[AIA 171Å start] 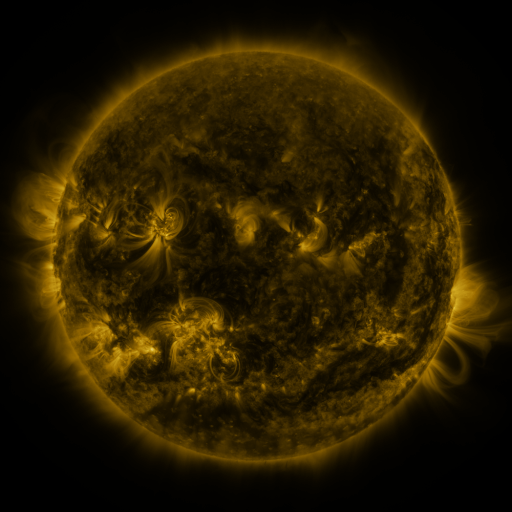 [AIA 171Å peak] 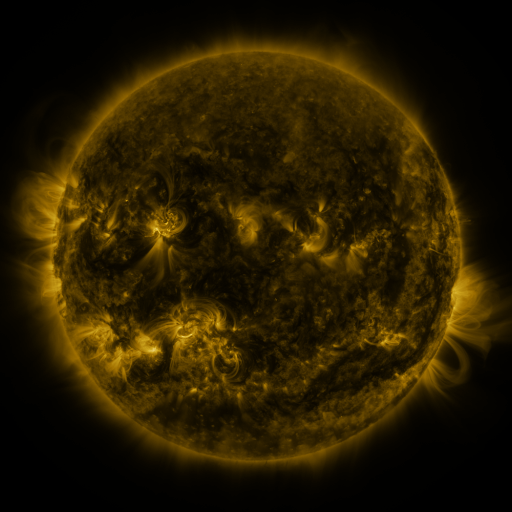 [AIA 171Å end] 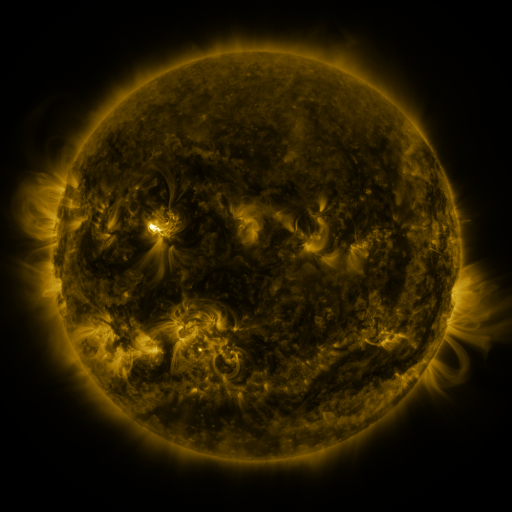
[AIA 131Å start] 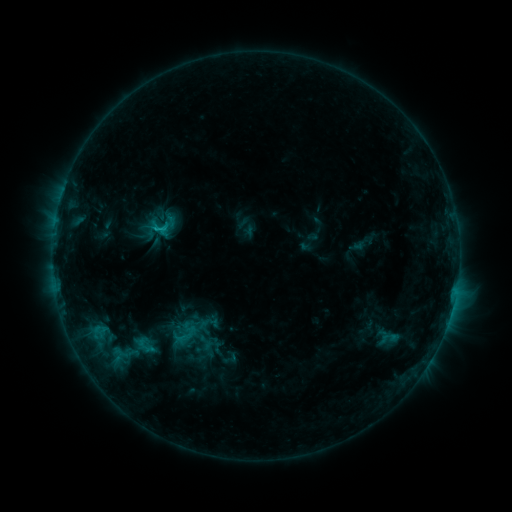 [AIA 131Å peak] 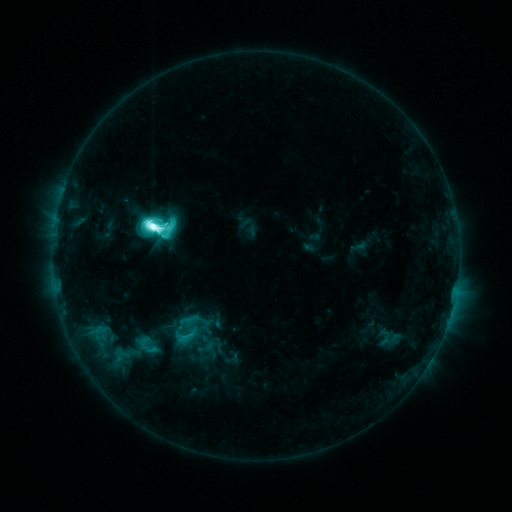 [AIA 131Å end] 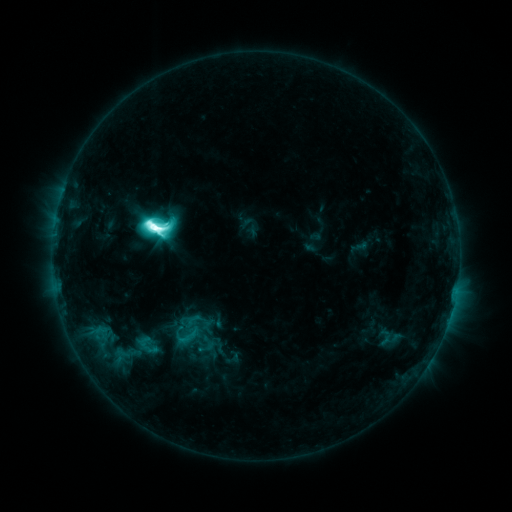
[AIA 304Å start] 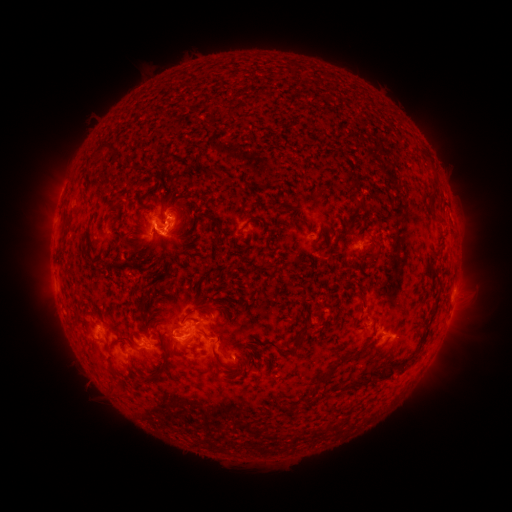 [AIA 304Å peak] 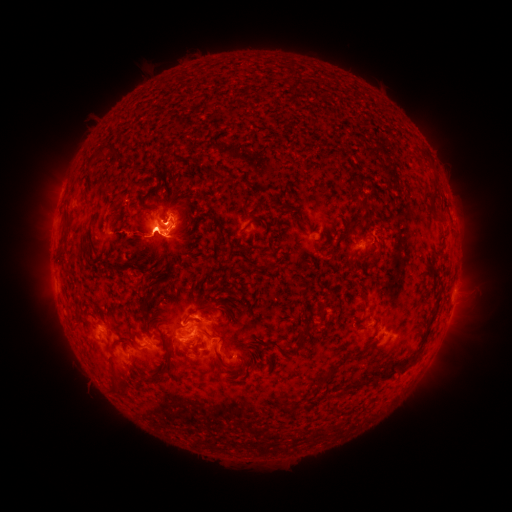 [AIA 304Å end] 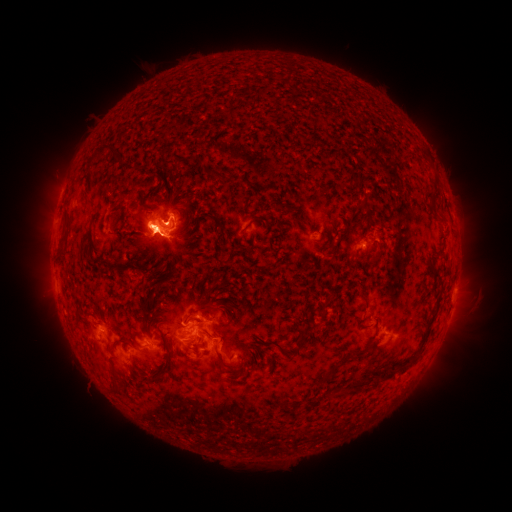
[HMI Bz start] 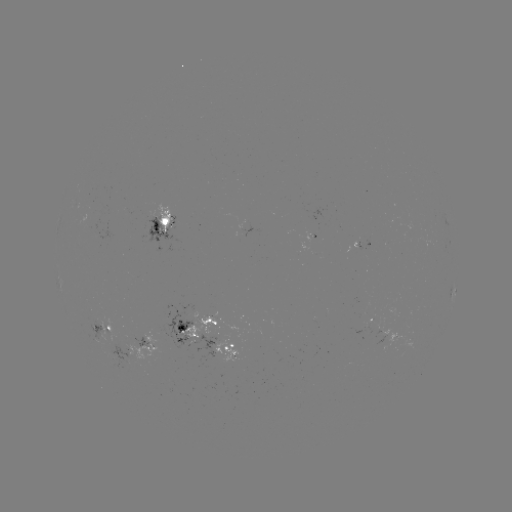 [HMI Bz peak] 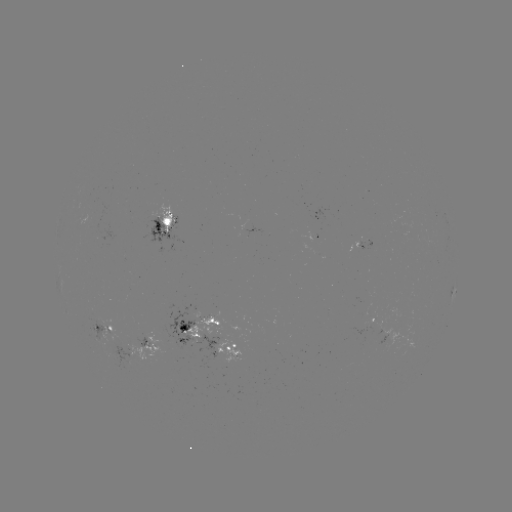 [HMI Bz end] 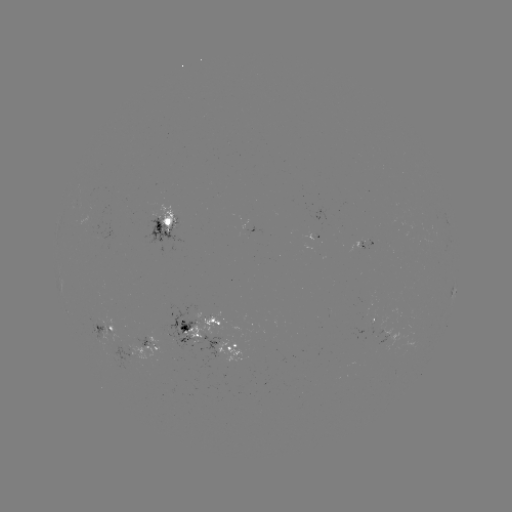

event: emerging-flux region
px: (369, 327)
